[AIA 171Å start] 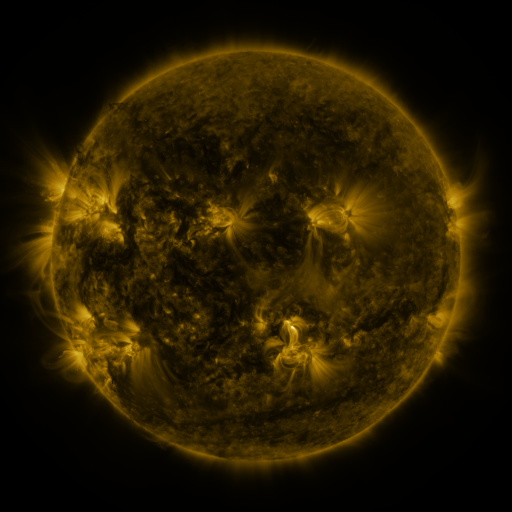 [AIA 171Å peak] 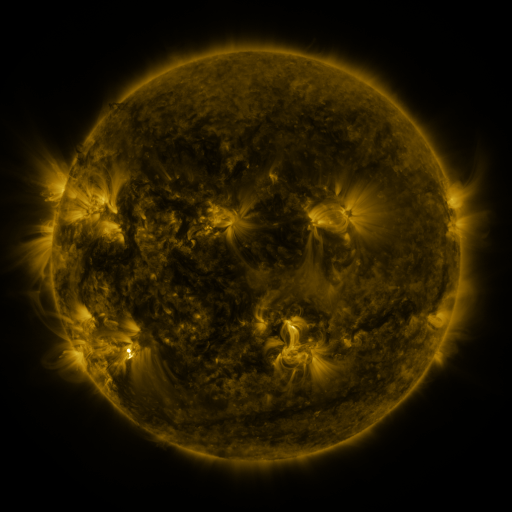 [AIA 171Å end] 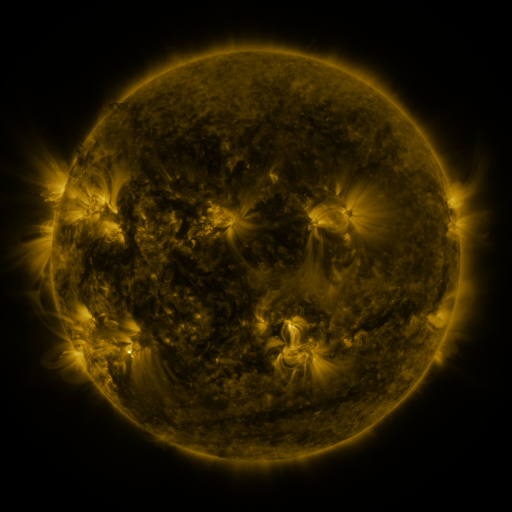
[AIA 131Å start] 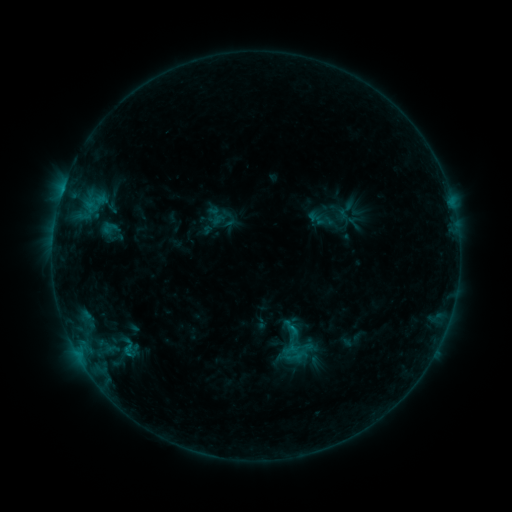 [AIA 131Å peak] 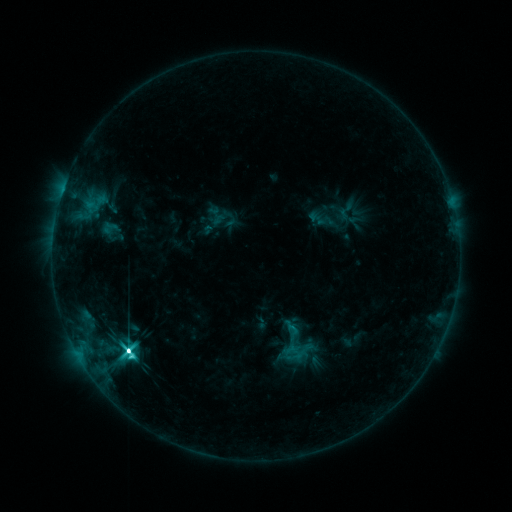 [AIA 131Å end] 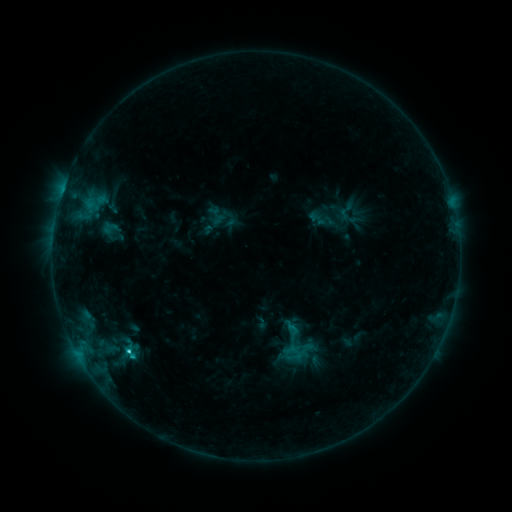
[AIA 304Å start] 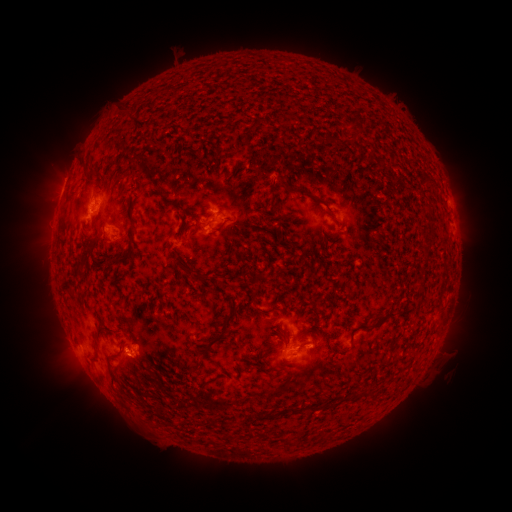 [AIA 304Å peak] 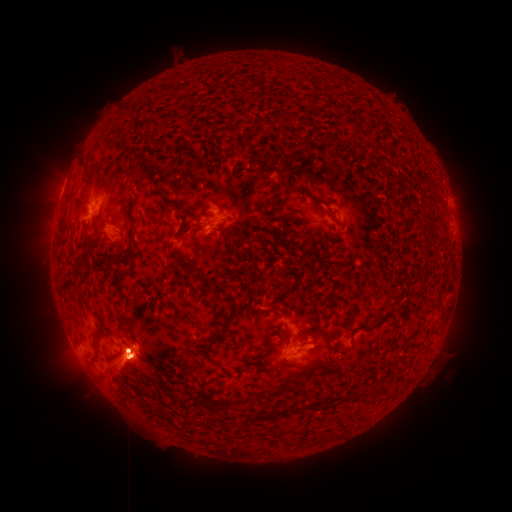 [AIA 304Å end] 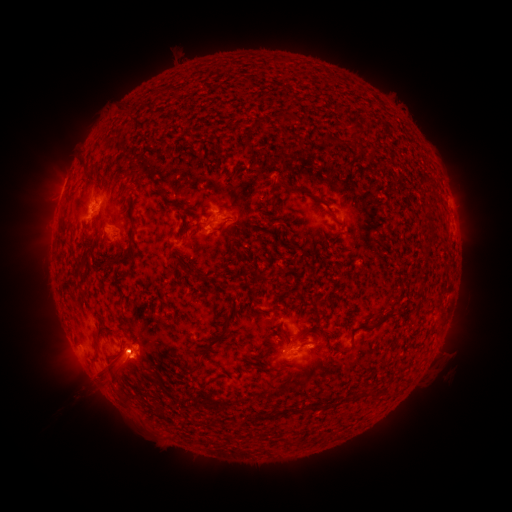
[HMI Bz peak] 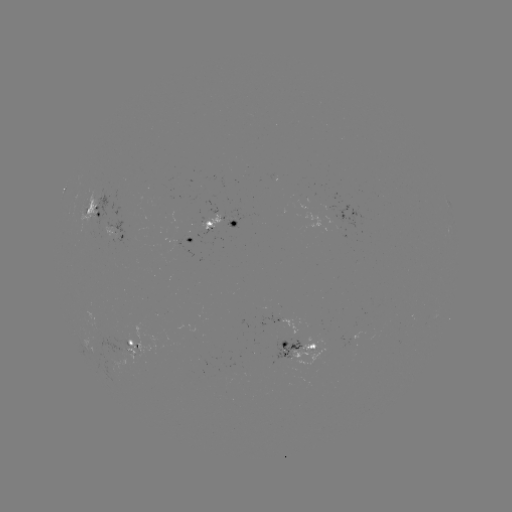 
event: eruption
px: (125, 361)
